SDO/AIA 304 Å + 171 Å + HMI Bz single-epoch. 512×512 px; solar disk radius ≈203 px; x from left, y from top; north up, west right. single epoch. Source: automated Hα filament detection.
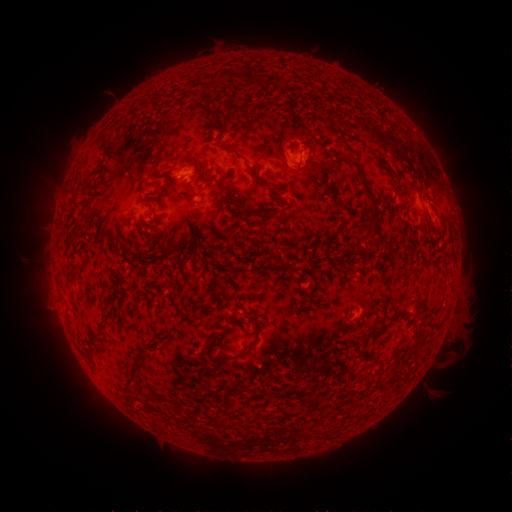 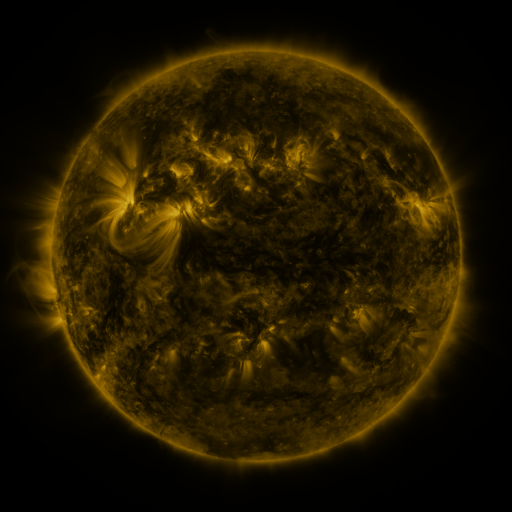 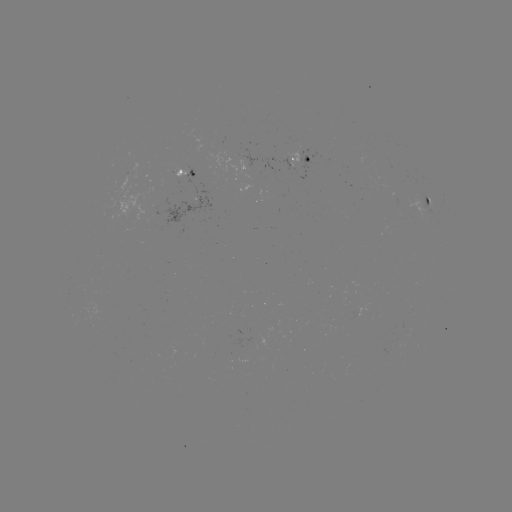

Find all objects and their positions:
filament: (232, 147)
filament: (354, 165)
filament: (263, 182)
filament: (374, 210)
filament: (261, 216)
filament: (434, 231)
filament: (262, 262)
filament: (70, 276)
filament: (387, 324)
filament: (157, 334)
filament: (248, 349)
filament: (132, 373)
filament: (304, 400)
